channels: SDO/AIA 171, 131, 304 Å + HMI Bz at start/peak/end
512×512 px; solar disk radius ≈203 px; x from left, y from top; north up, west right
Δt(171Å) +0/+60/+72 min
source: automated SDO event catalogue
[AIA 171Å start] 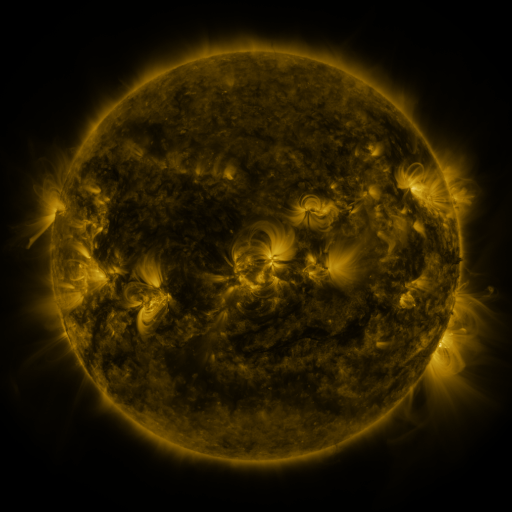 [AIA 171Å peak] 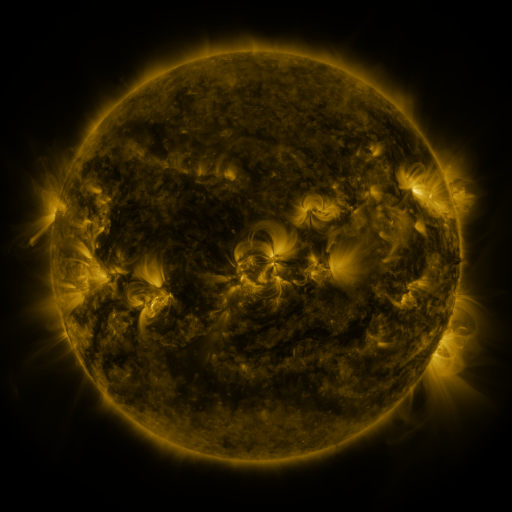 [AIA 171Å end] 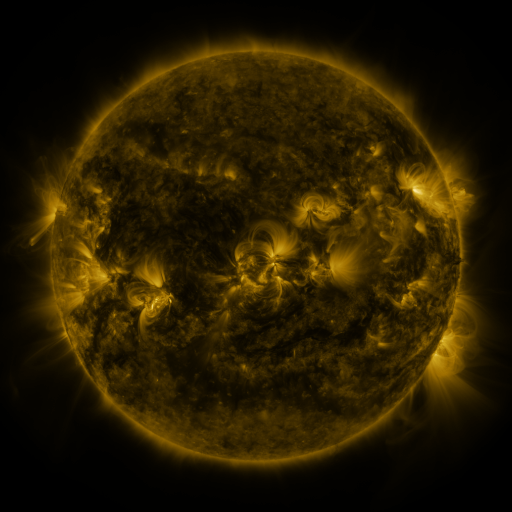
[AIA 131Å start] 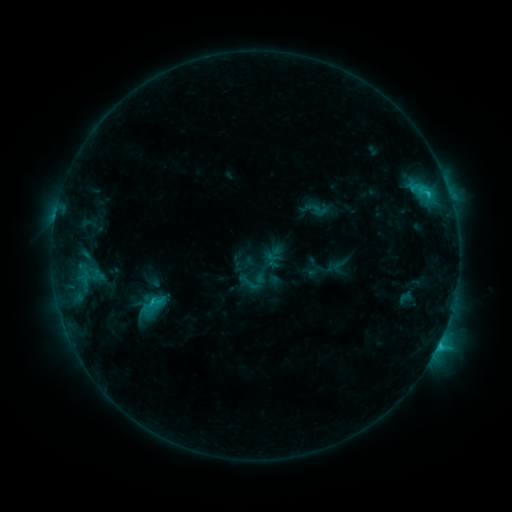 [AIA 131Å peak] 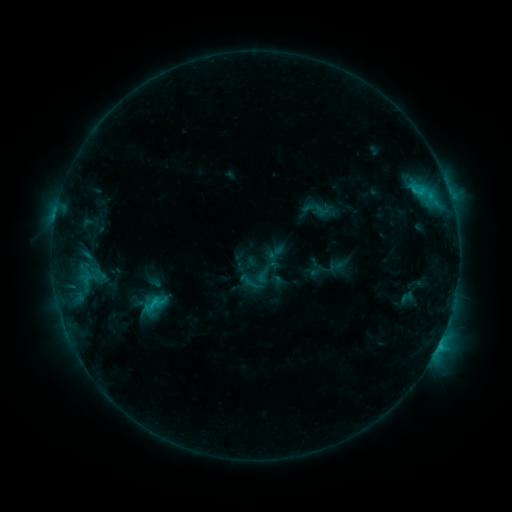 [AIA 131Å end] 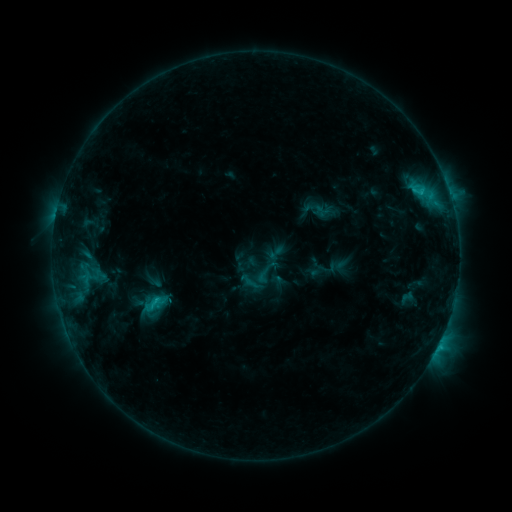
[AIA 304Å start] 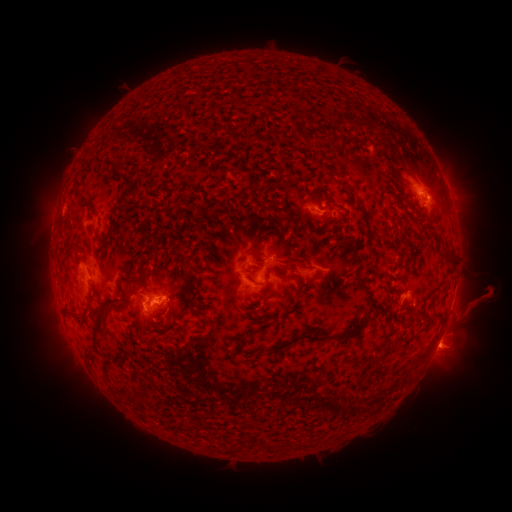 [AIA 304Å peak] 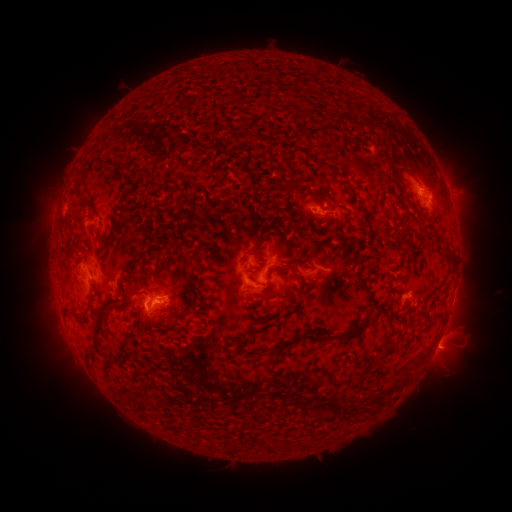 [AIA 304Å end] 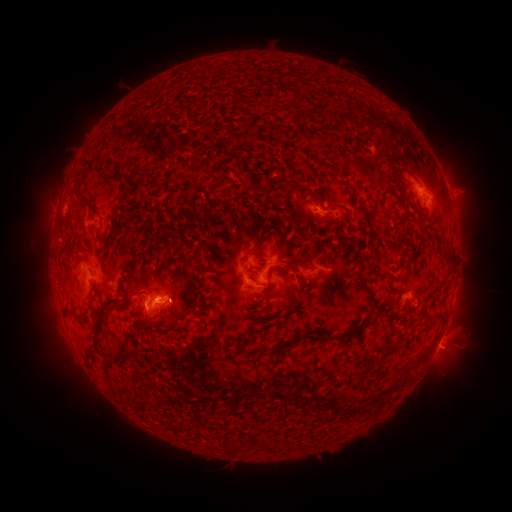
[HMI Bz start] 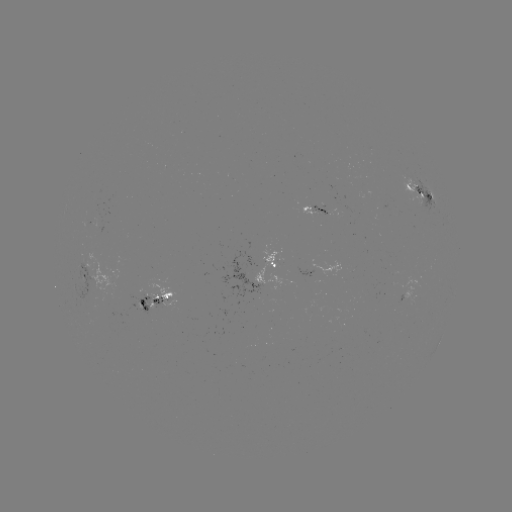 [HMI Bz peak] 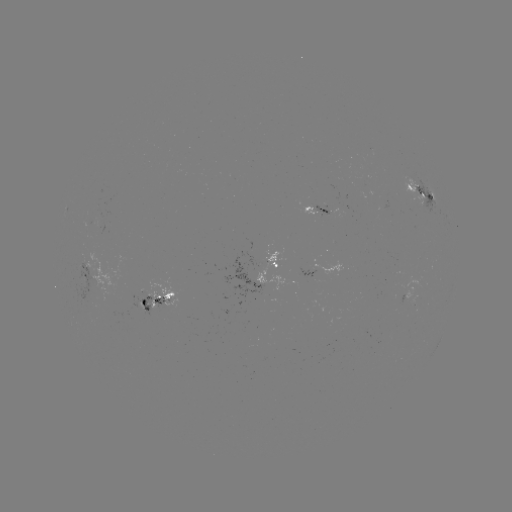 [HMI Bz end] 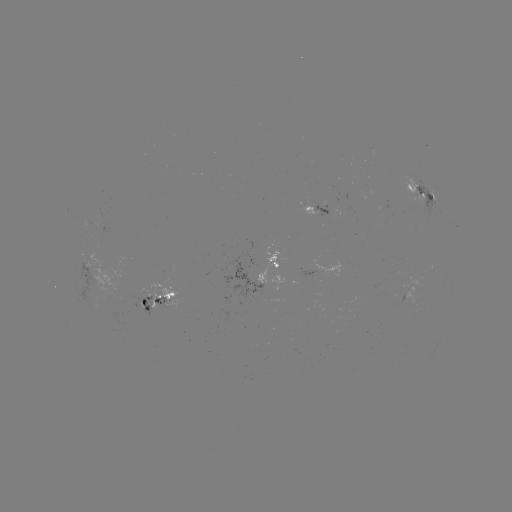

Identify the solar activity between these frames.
emerging-flux region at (311, 205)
